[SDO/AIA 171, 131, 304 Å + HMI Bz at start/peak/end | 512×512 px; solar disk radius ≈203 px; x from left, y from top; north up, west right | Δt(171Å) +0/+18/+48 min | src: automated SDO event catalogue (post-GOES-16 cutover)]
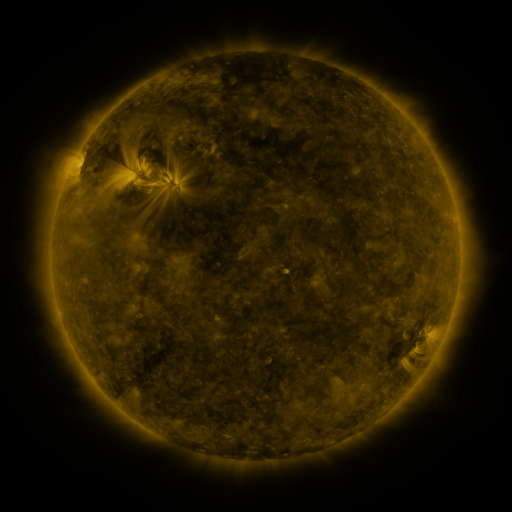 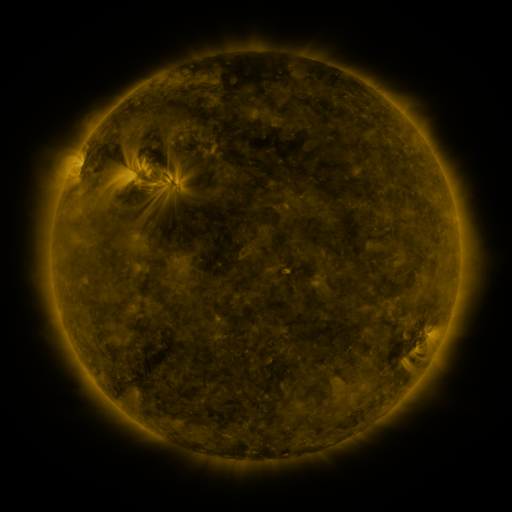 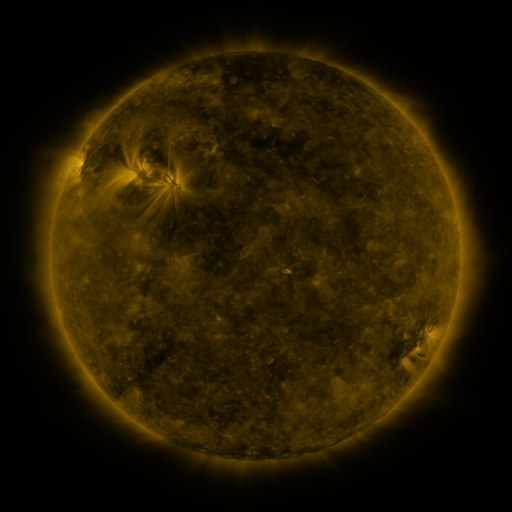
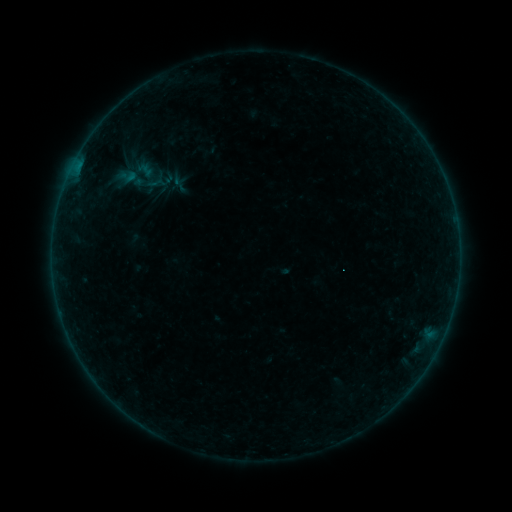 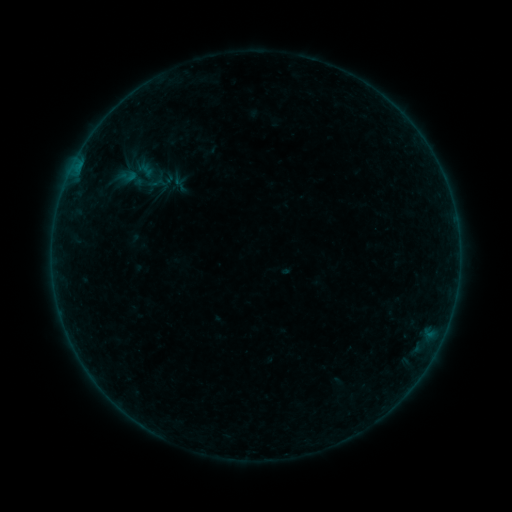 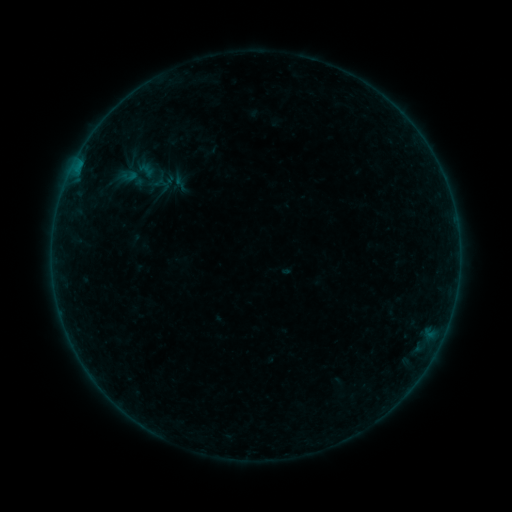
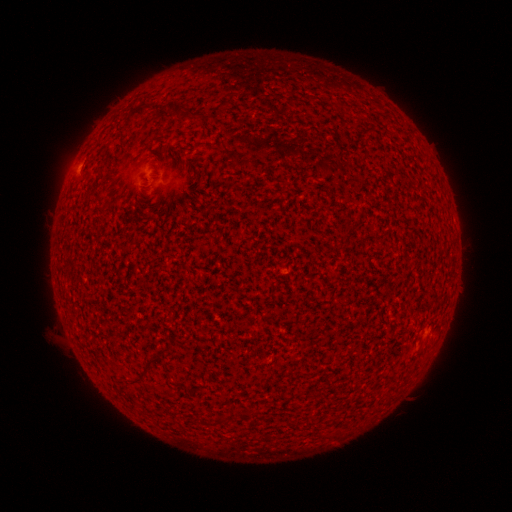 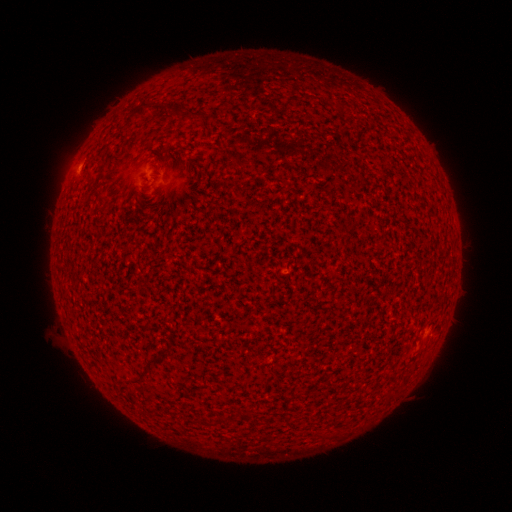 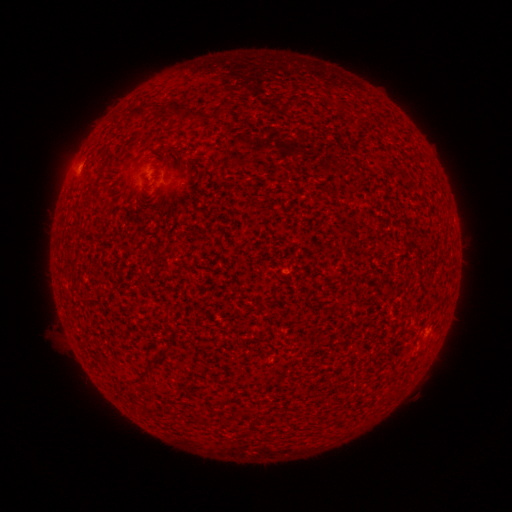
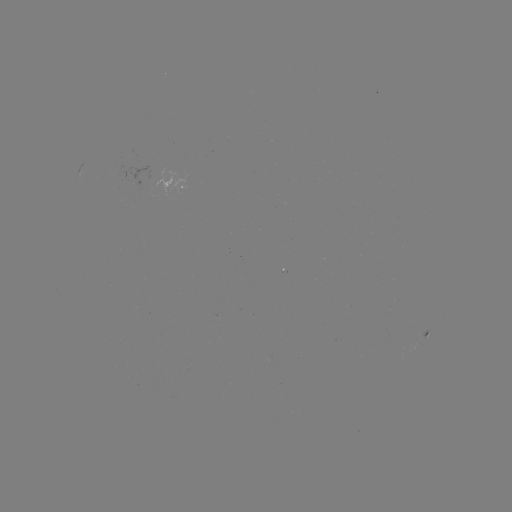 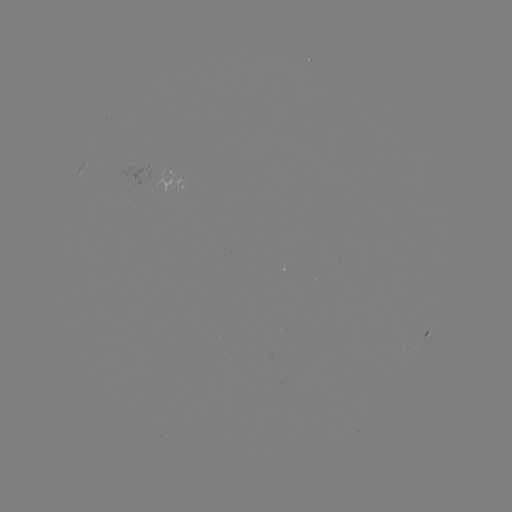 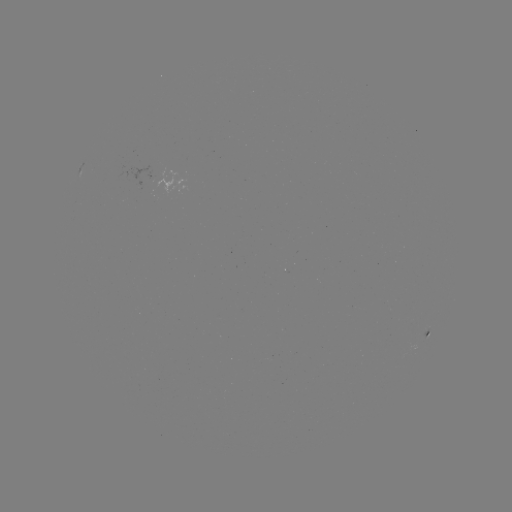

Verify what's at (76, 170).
A7.3 flare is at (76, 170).